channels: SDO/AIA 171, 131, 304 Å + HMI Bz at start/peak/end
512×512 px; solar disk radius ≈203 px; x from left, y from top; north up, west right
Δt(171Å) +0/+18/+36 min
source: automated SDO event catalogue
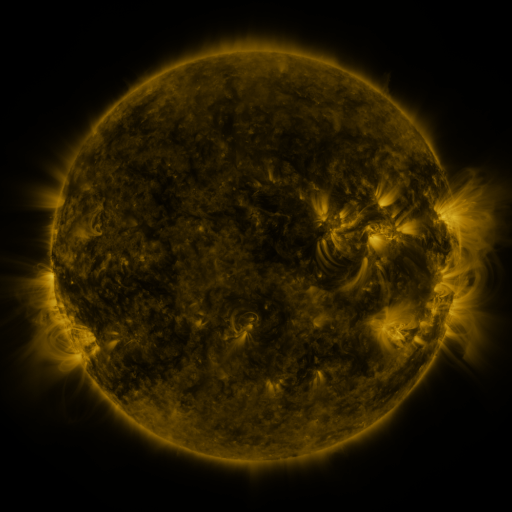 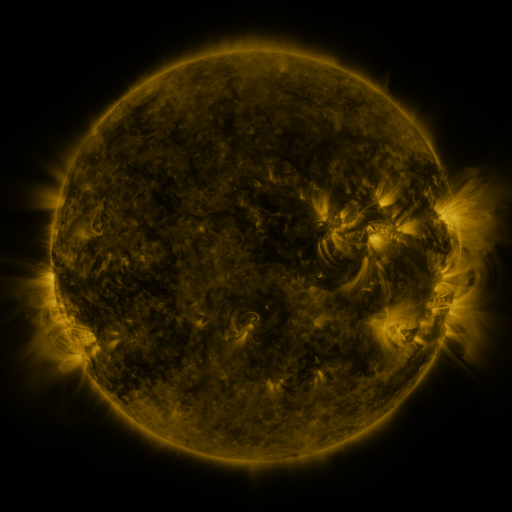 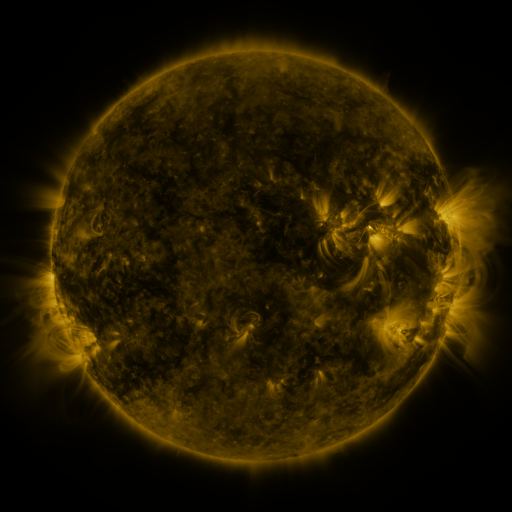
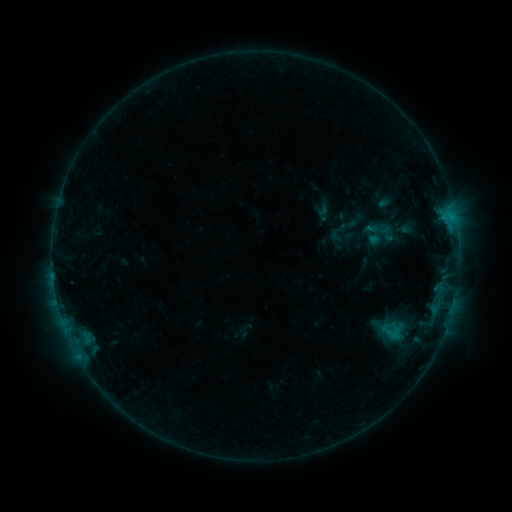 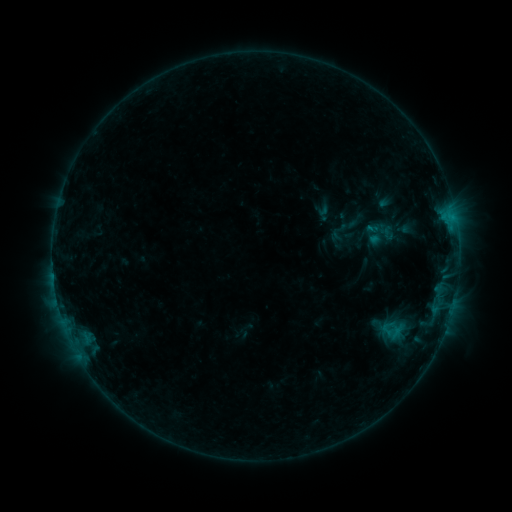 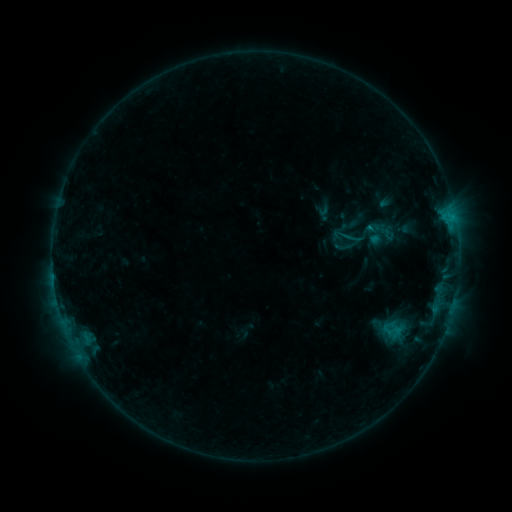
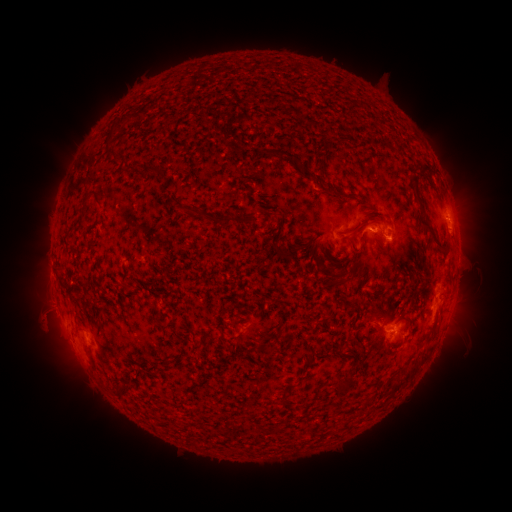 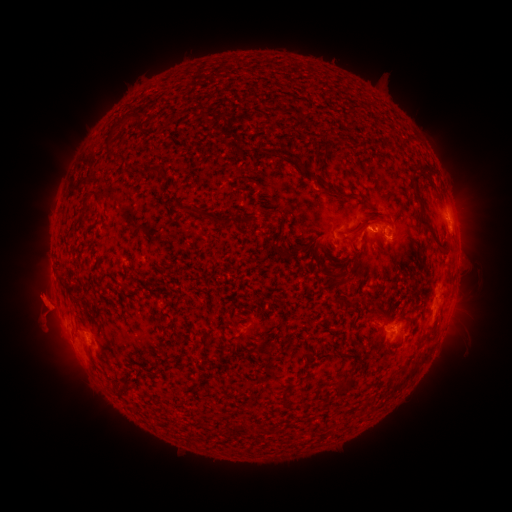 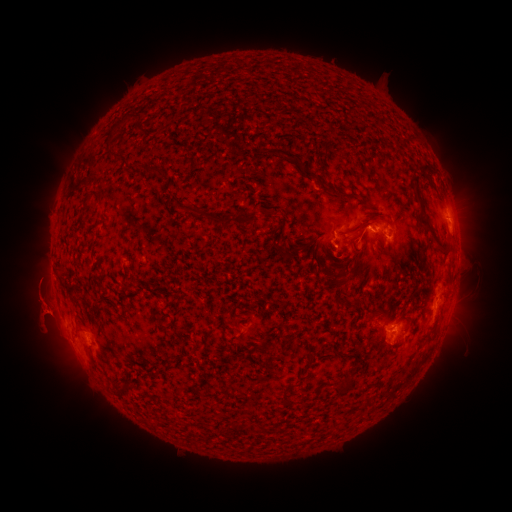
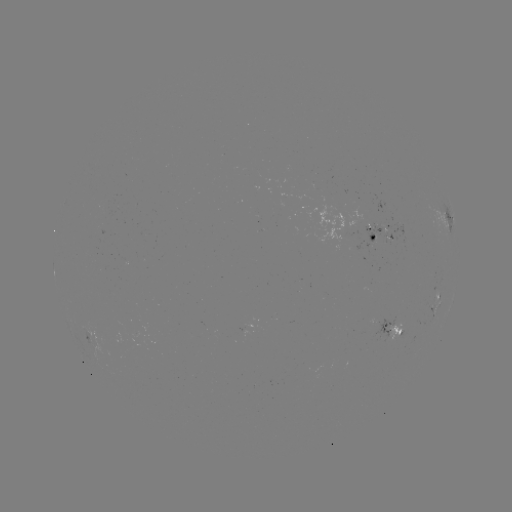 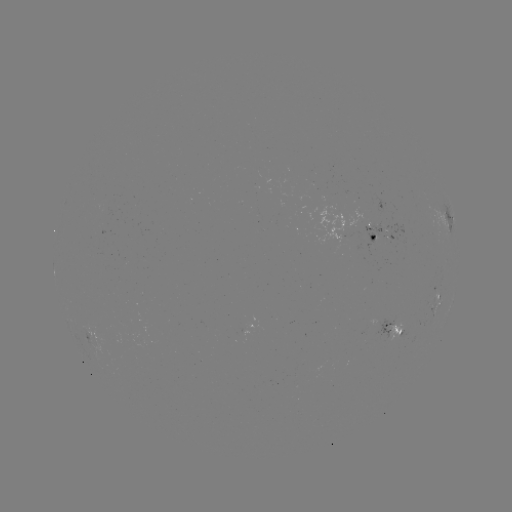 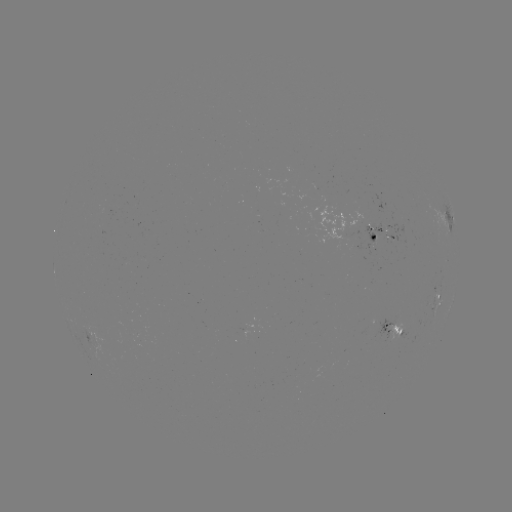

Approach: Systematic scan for eruption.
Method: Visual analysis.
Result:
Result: eruption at [40, 302].